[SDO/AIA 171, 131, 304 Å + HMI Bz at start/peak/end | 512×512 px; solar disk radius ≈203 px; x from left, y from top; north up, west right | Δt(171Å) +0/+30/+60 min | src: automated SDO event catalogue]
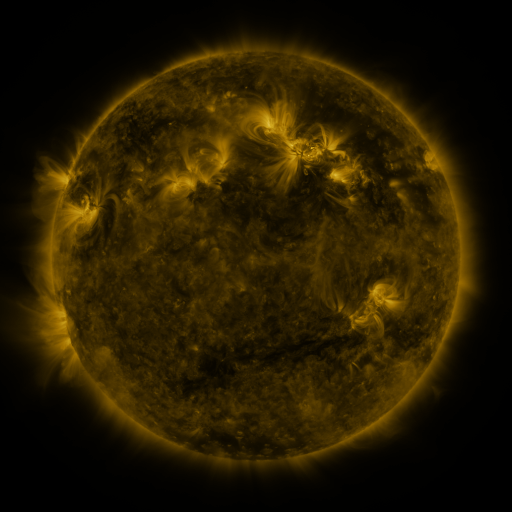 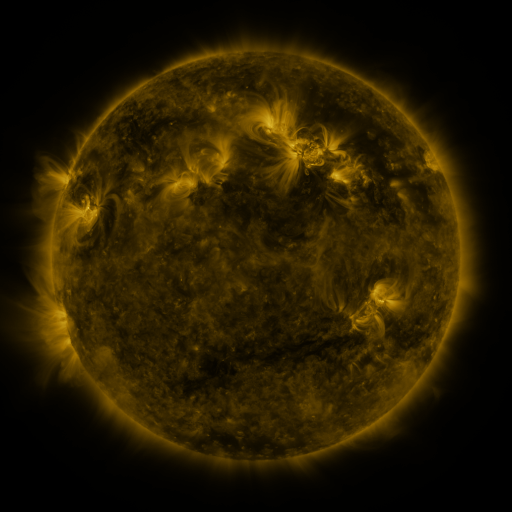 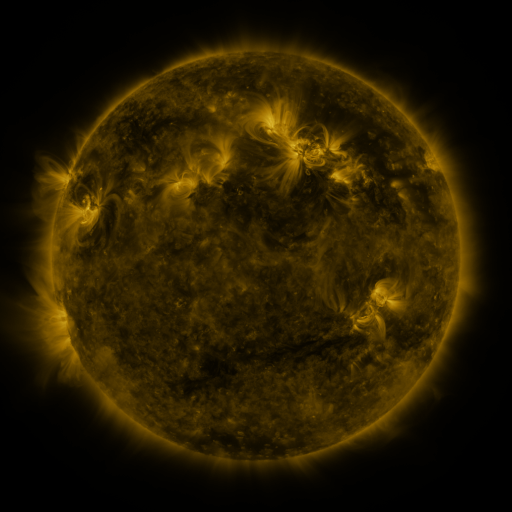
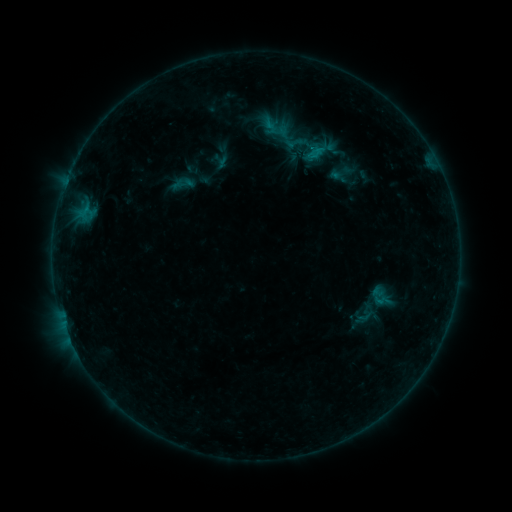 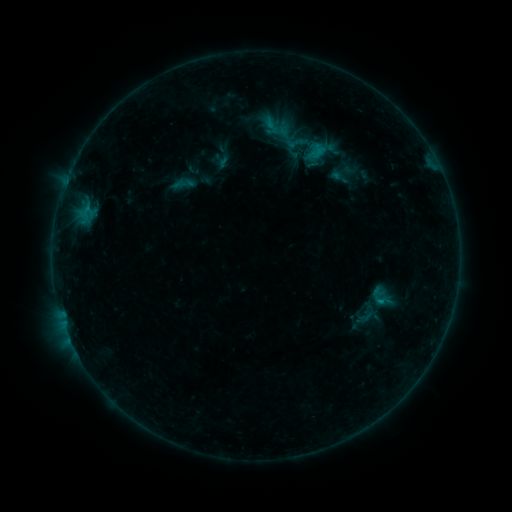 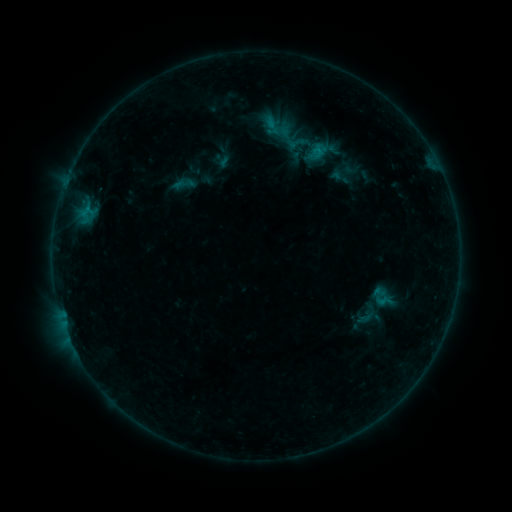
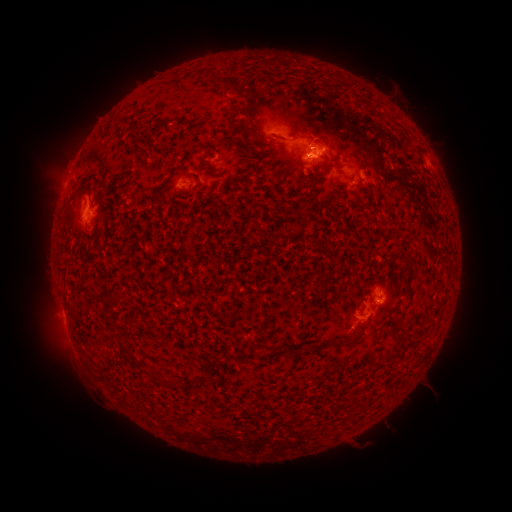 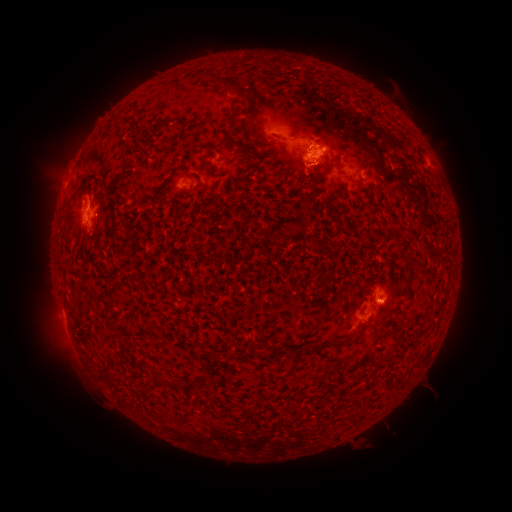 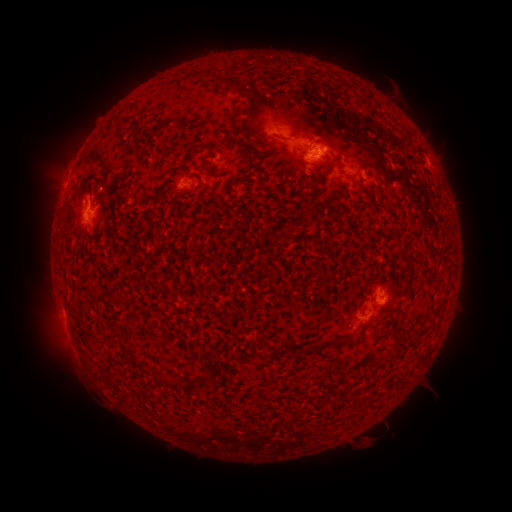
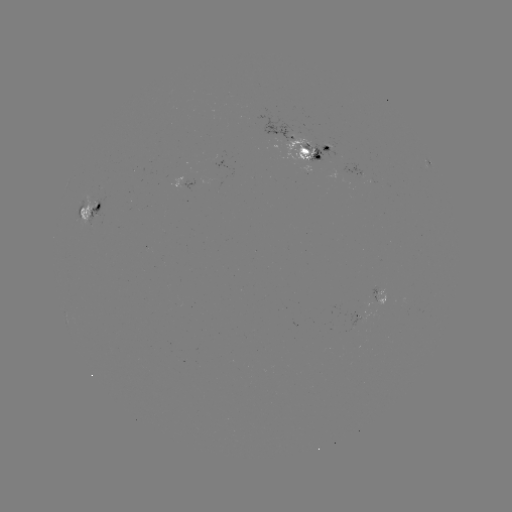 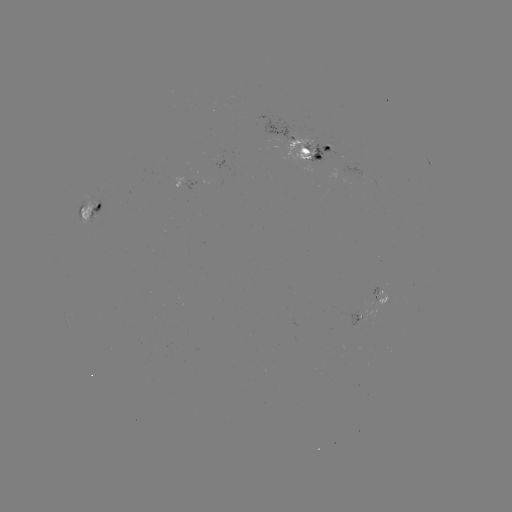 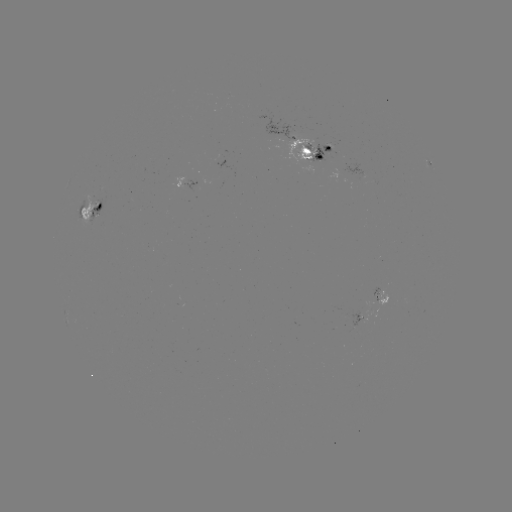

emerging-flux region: [306, 144, 325, 163]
